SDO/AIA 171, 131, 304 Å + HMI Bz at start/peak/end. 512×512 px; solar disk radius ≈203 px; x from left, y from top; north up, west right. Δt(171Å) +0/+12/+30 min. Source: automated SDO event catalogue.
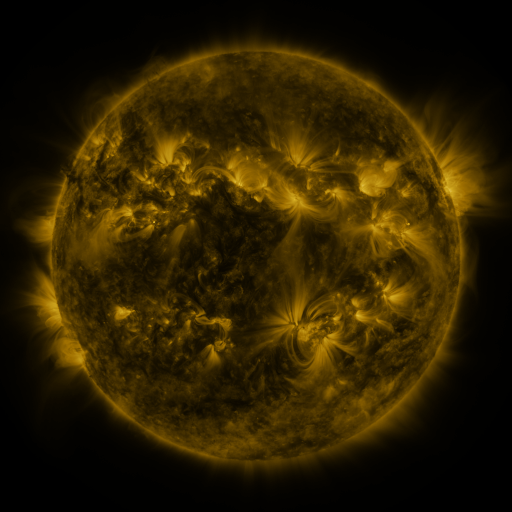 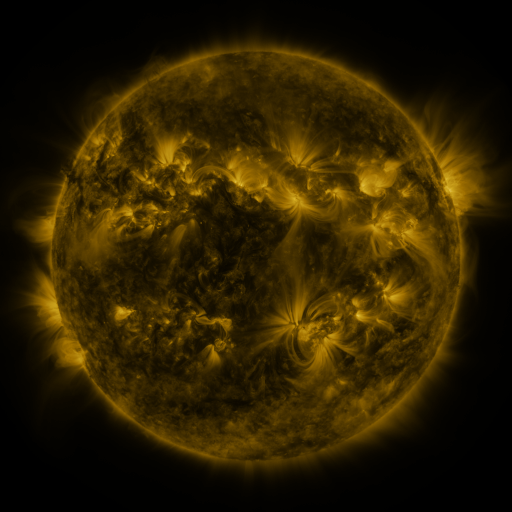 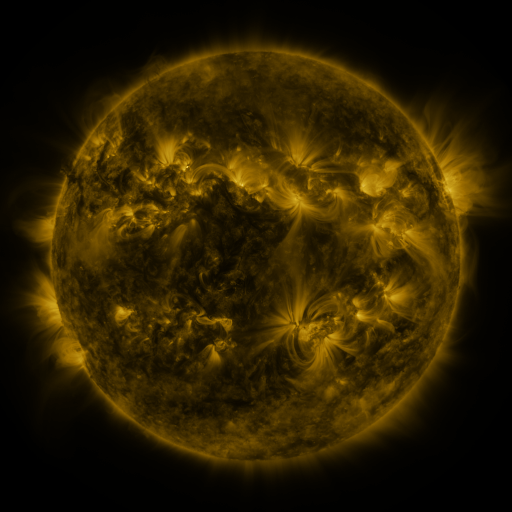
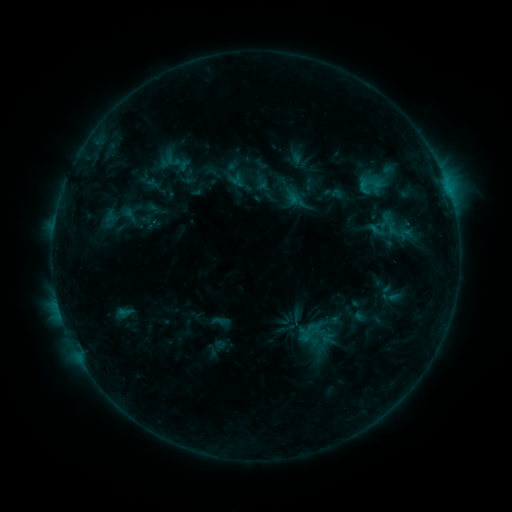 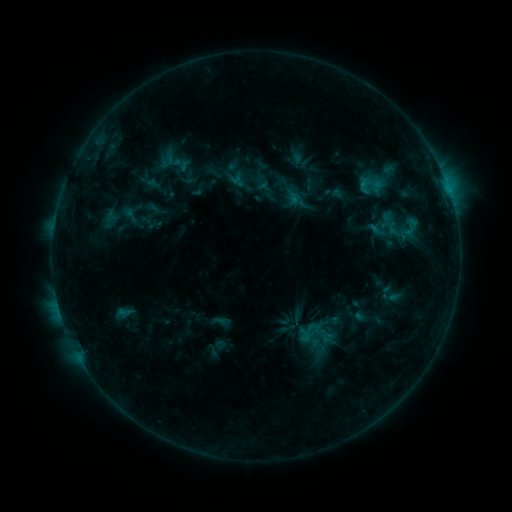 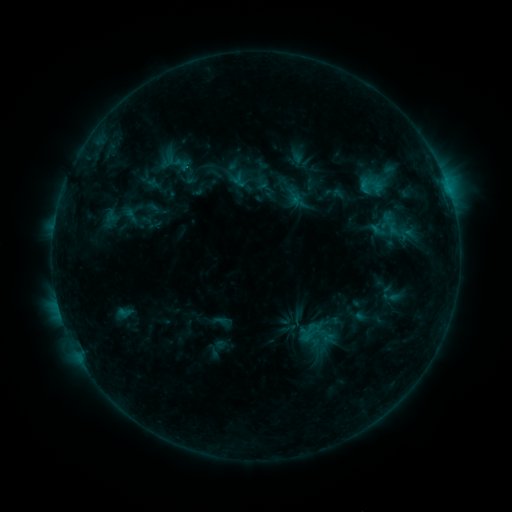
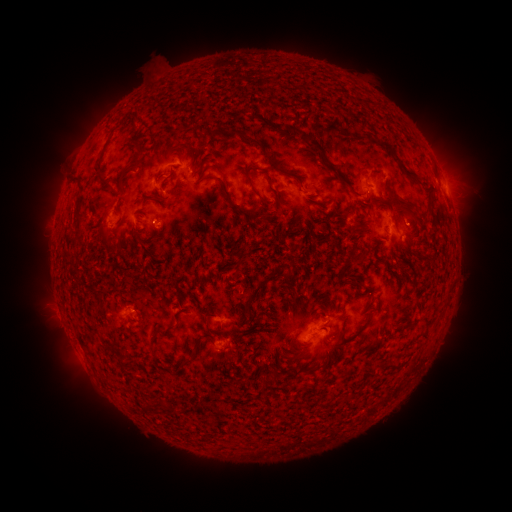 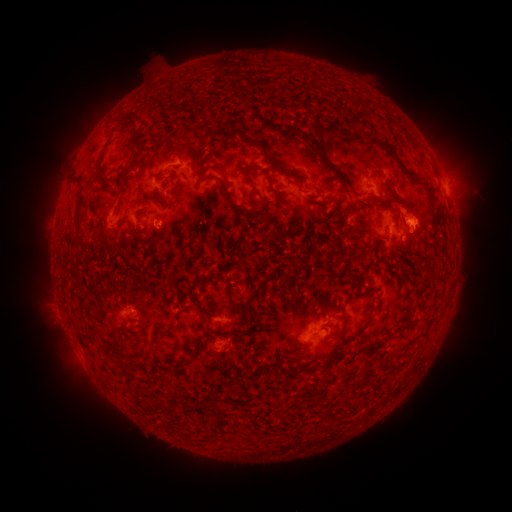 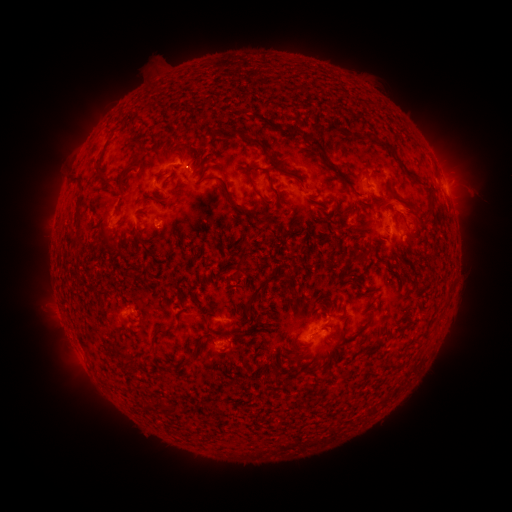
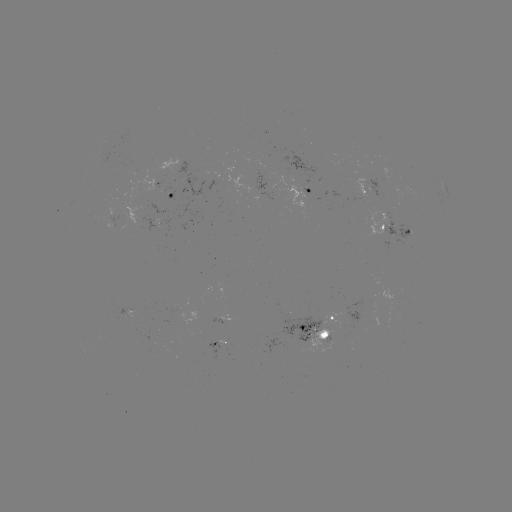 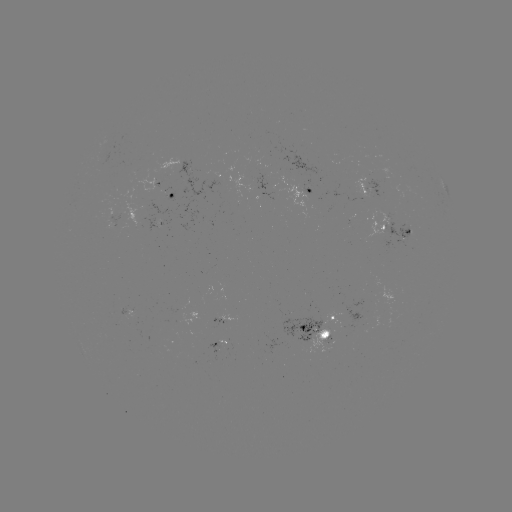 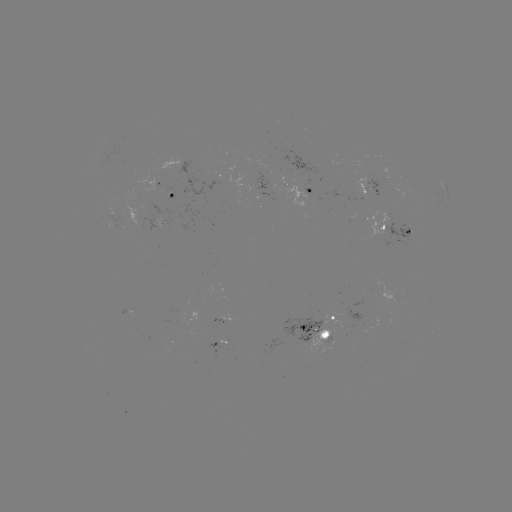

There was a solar eruption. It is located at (414, 211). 